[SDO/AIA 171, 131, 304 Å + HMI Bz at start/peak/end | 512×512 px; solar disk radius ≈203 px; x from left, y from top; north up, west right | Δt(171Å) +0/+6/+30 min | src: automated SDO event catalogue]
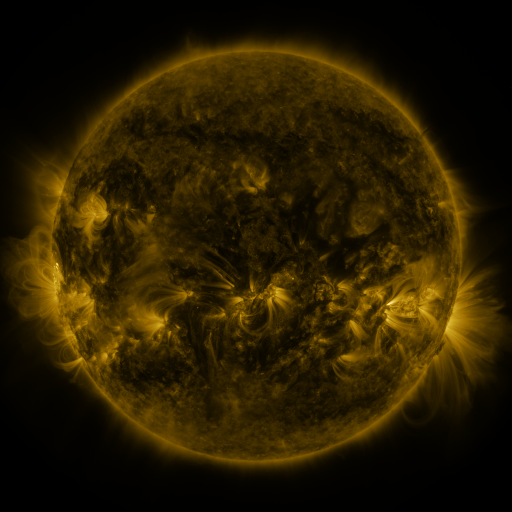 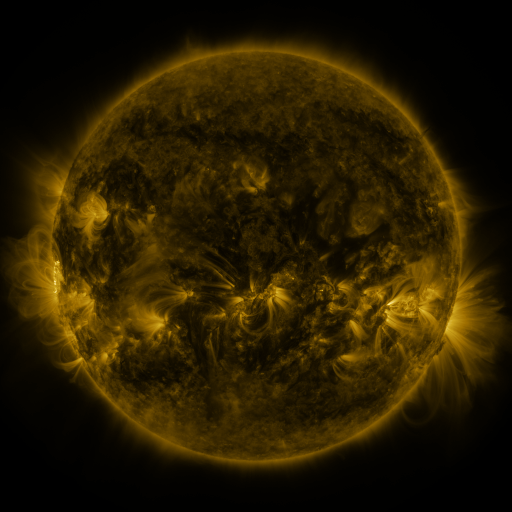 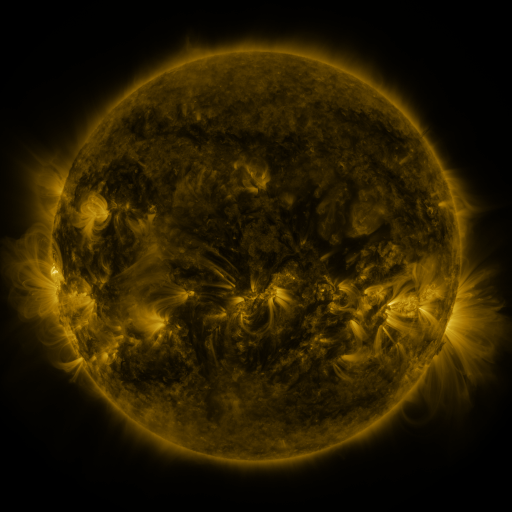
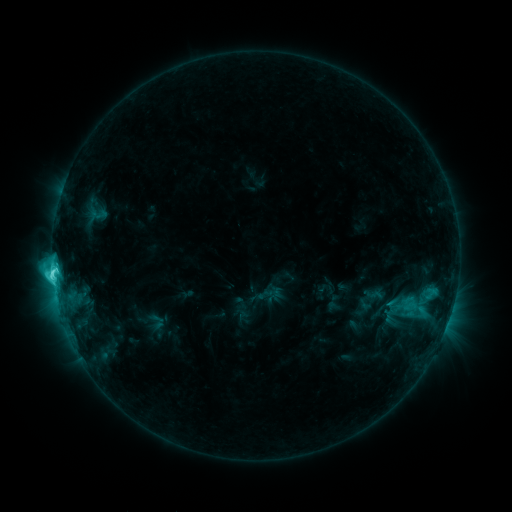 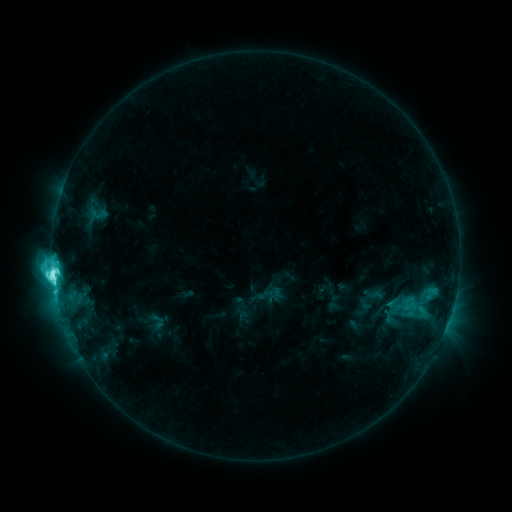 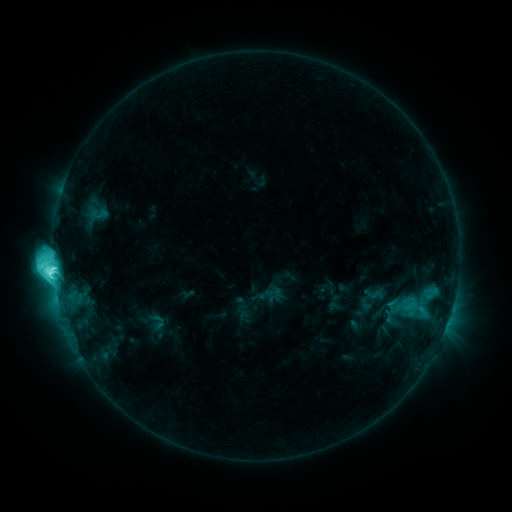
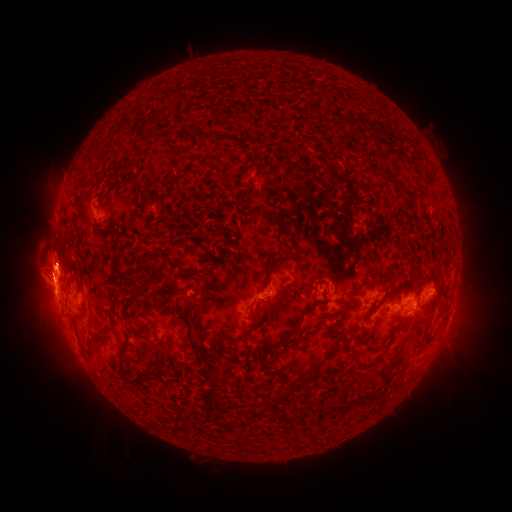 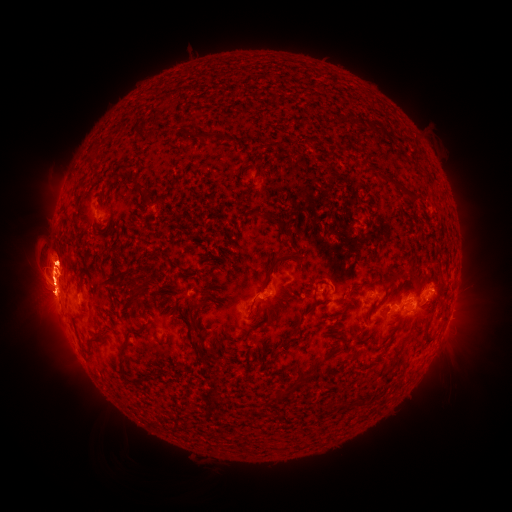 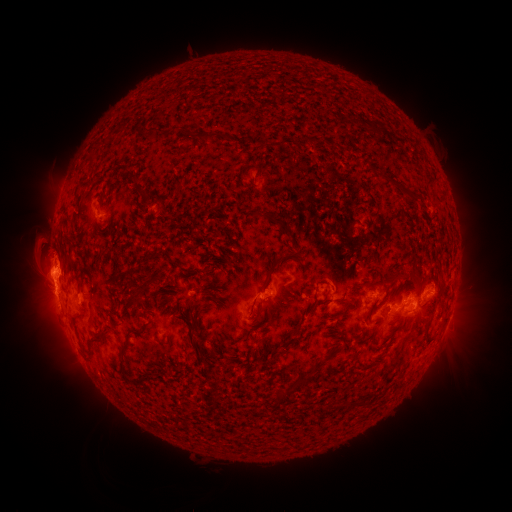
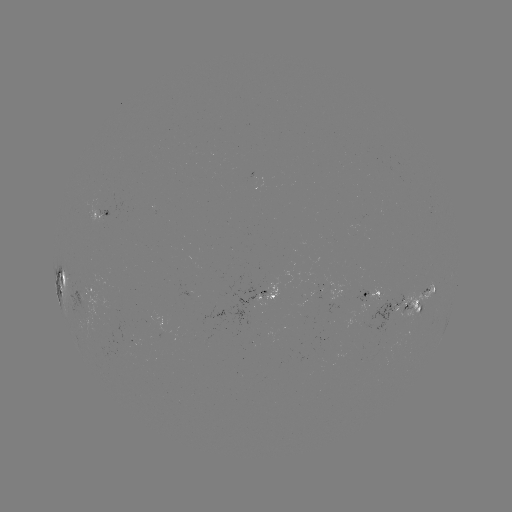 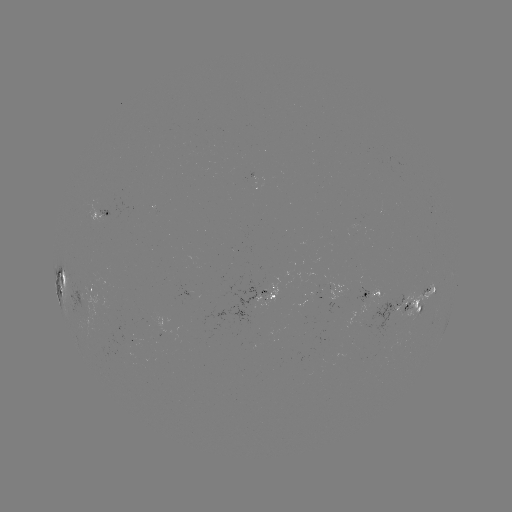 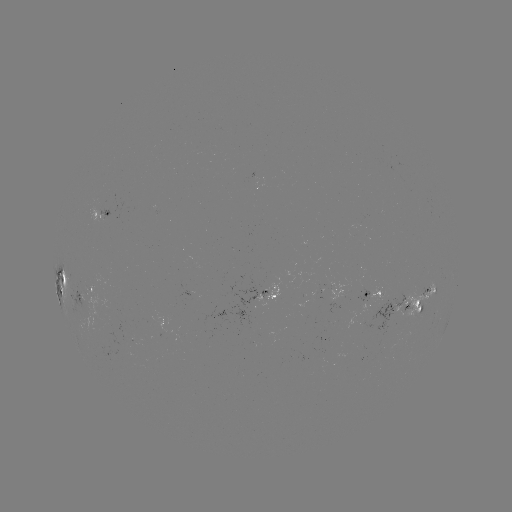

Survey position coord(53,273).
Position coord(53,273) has M1.7 flare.